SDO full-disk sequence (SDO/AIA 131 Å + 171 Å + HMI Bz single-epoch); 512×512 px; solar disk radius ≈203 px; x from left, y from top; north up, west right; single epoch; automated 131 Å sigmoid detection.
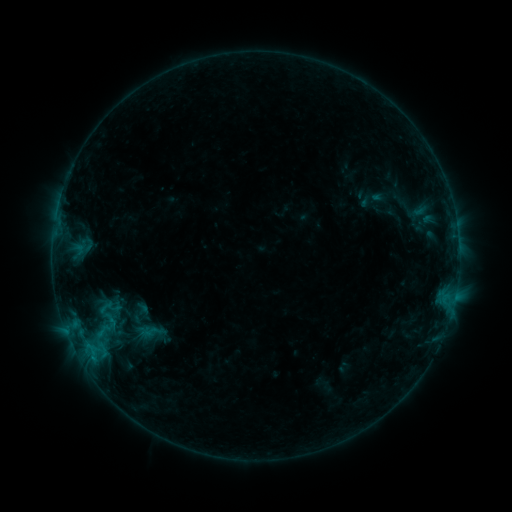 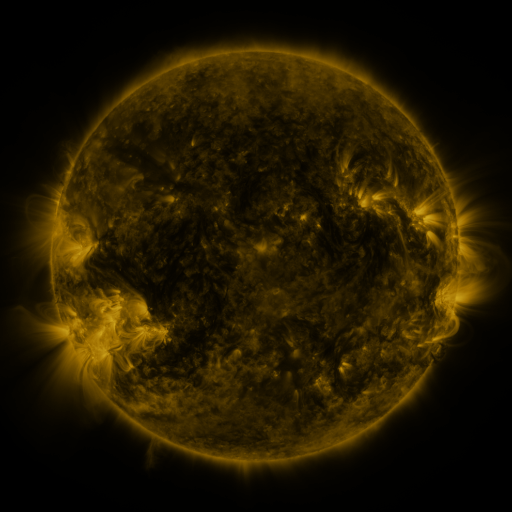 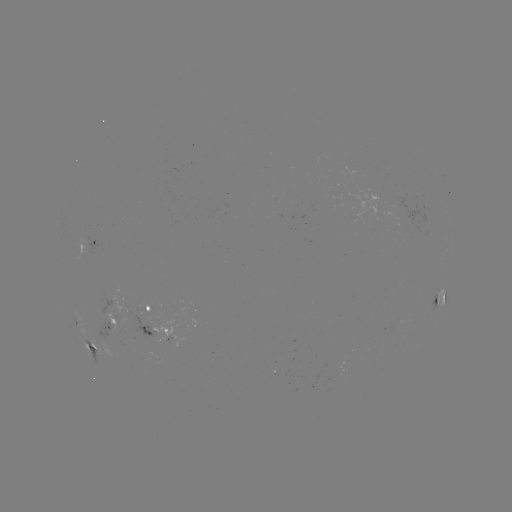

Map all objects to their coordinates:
sigmoid: (105, 310)
sigmoid: (105, 326)
